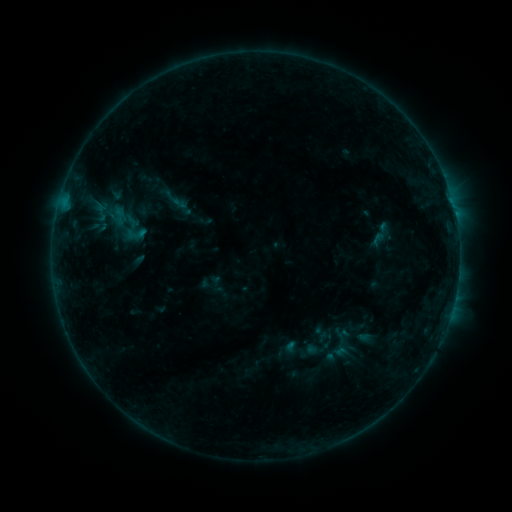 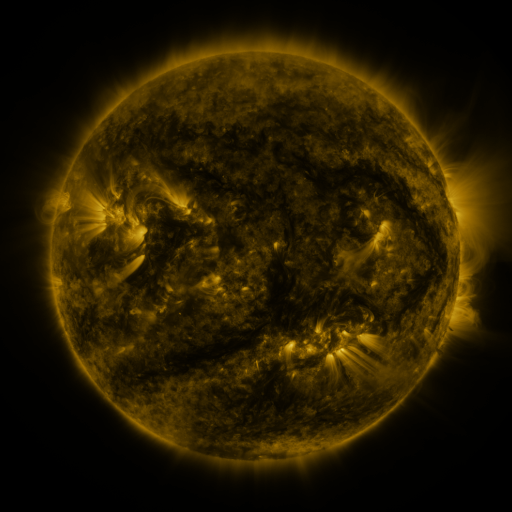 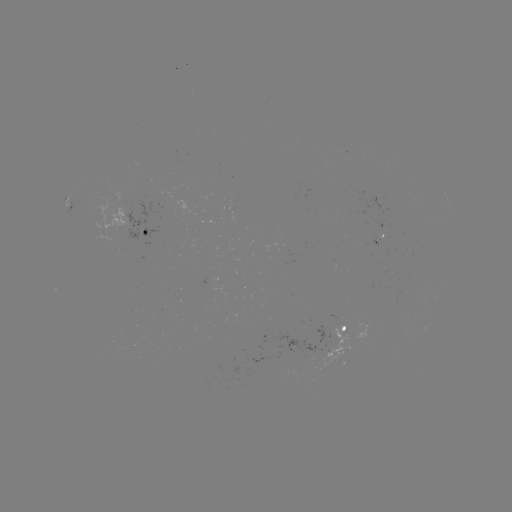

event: sigmoid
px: (119, 216)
